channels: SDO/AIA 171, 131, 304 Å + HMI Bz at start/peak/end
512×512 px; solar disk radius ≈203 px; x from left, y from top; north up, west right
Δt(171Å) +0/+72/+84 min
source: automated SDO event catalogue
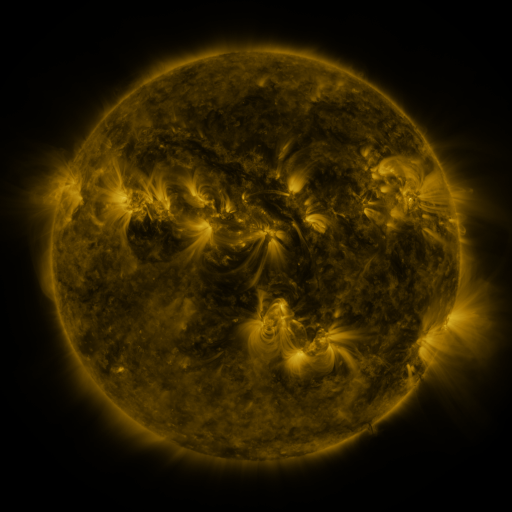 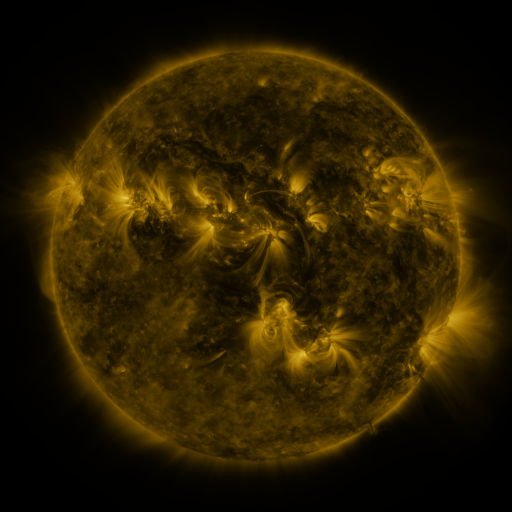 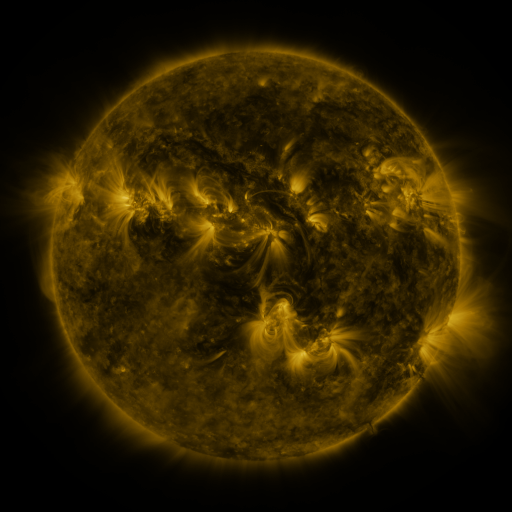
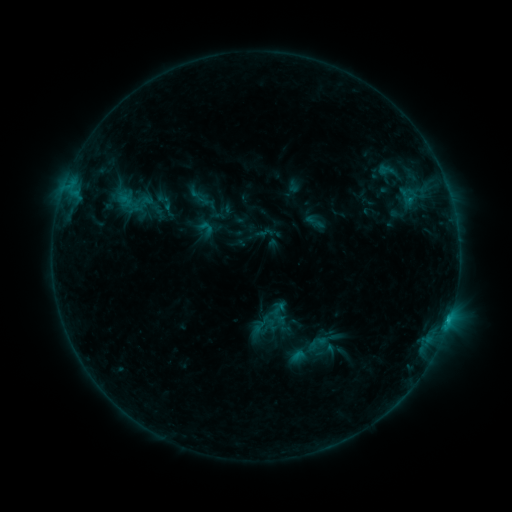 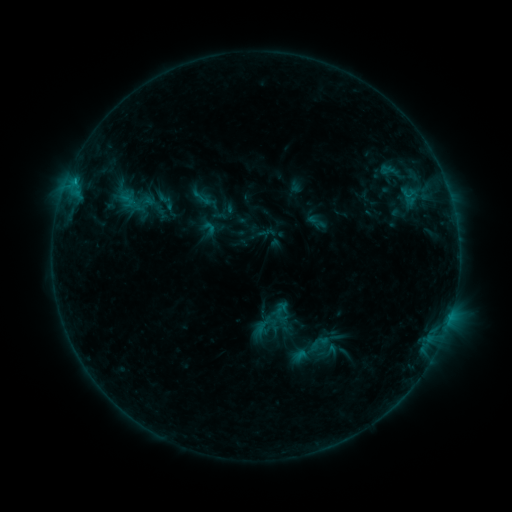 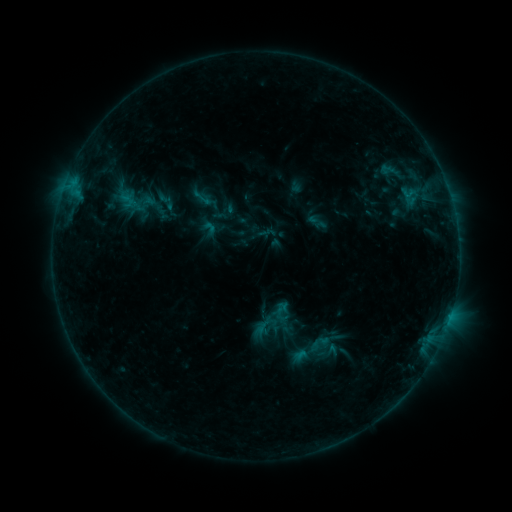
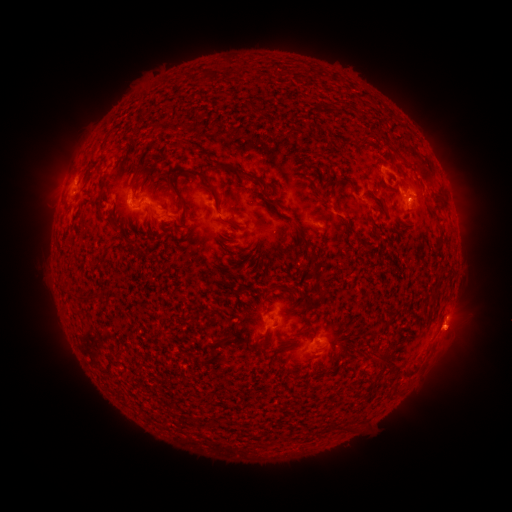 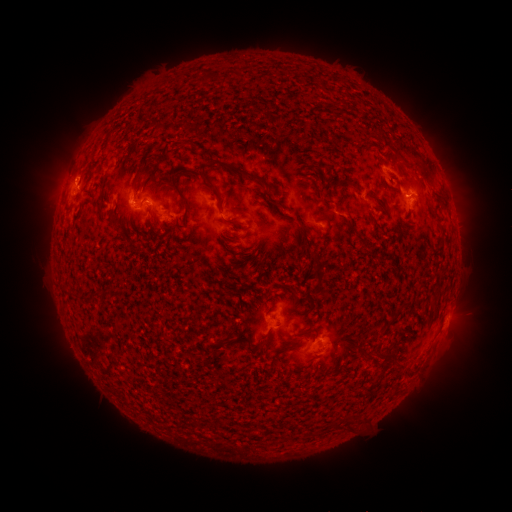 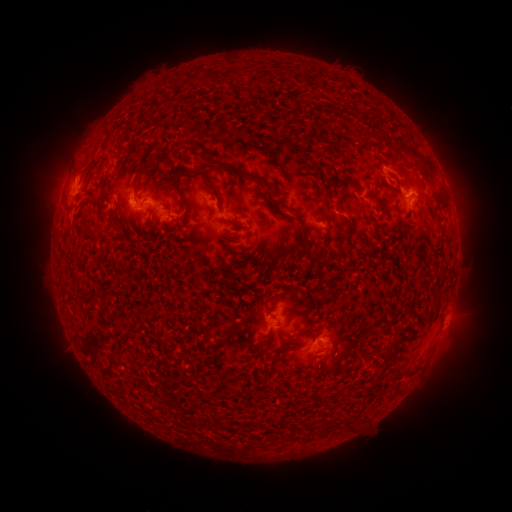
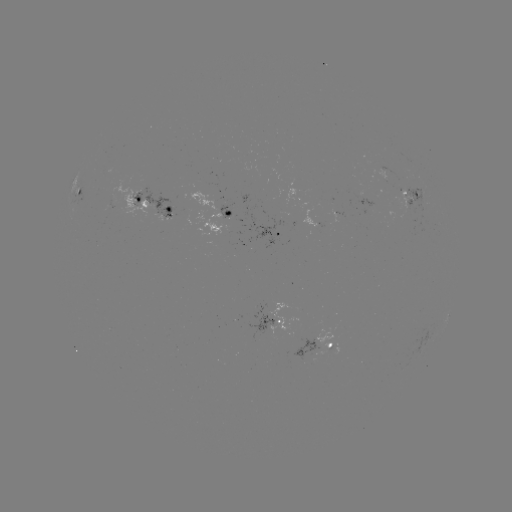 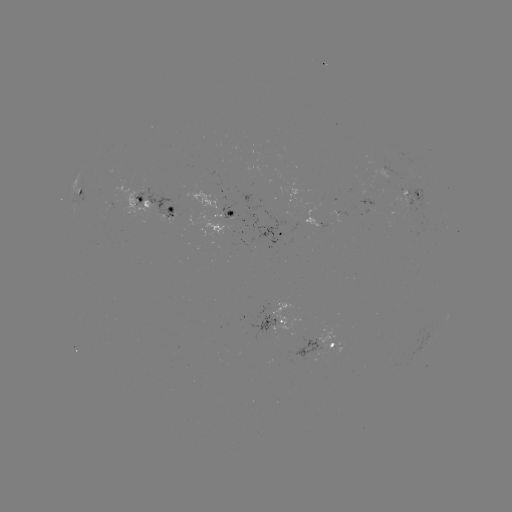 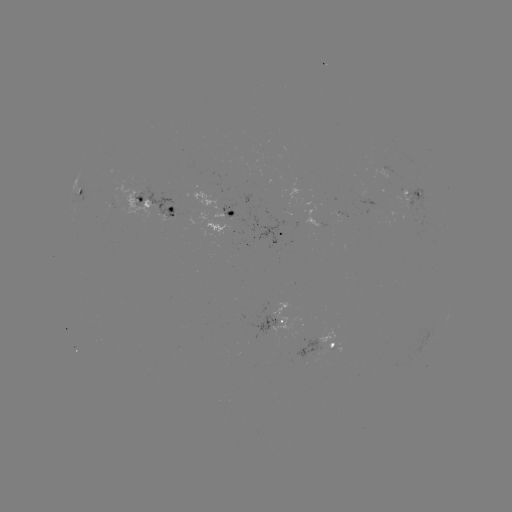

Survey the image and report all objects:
emerging-flux region: (392, 180)
